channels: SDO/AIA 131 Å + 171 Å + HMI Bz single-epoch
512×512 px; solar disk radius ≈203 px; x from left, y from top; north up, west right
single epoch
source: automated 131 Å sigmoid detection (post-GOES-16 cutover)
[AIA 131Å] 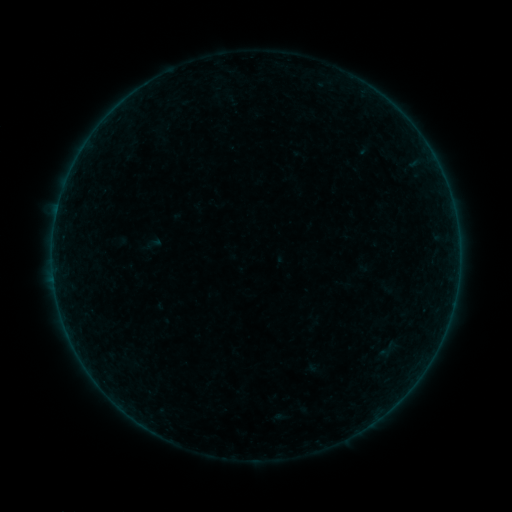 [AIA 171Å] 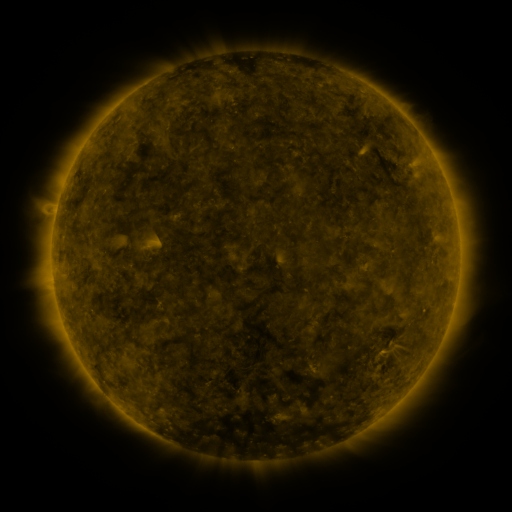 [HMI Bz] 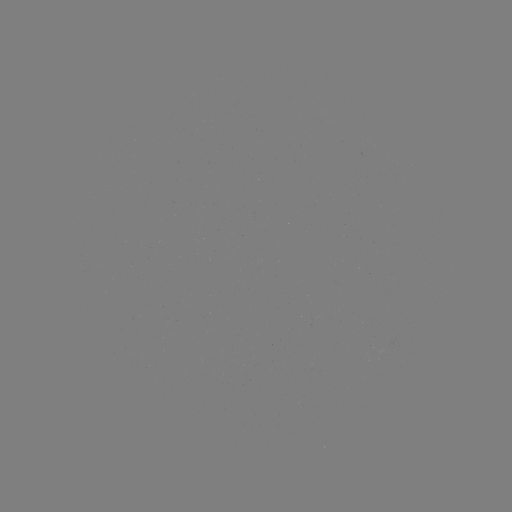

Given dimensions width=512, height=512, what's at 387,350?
sigmoid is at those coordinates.